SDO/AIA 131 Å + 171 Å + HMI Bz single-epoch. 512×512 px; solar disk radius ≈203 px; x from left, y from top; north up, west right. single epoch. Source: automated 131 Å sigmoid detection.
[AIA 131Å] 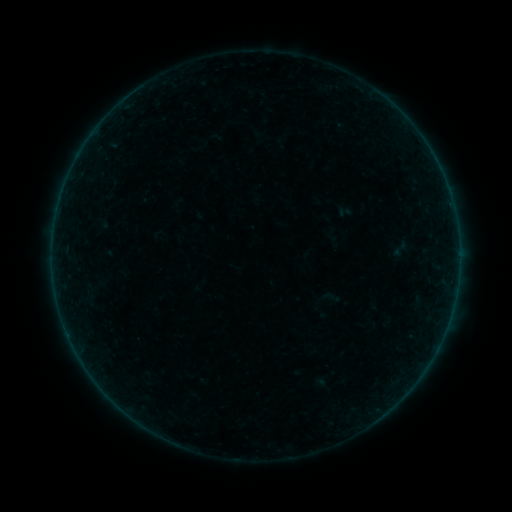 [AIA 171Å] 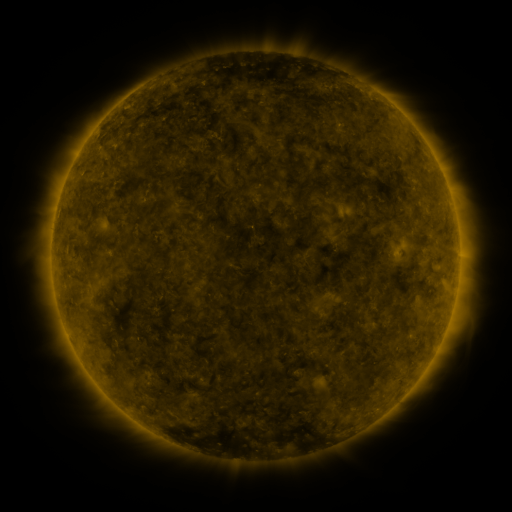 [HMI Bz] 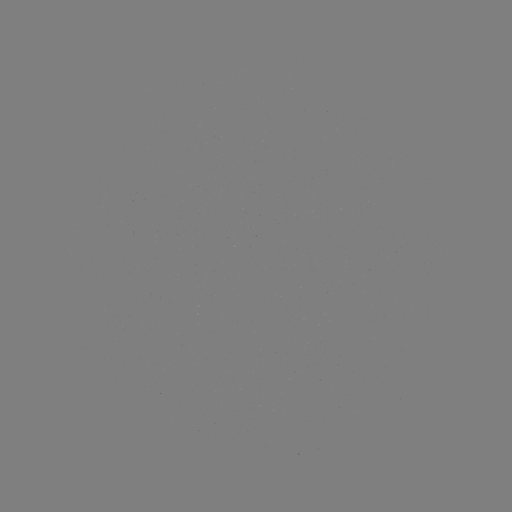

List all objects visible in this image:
sigmoid: (400, 249)
